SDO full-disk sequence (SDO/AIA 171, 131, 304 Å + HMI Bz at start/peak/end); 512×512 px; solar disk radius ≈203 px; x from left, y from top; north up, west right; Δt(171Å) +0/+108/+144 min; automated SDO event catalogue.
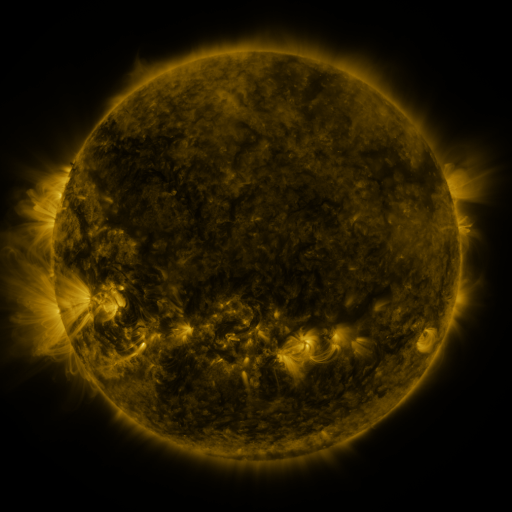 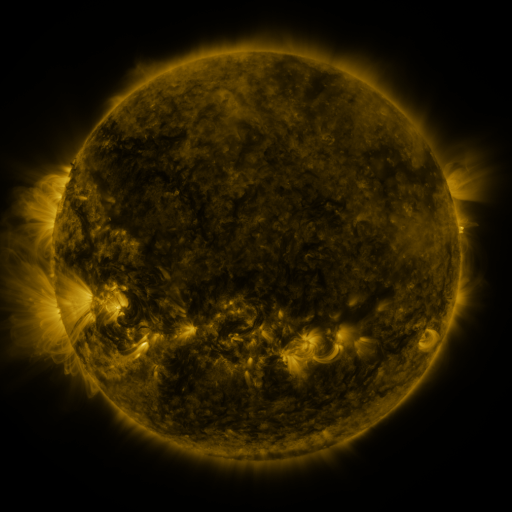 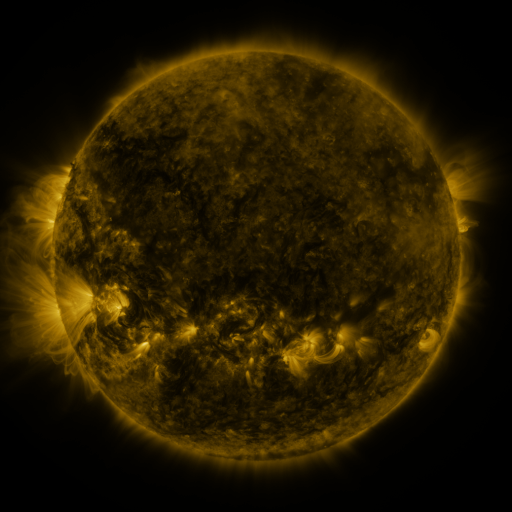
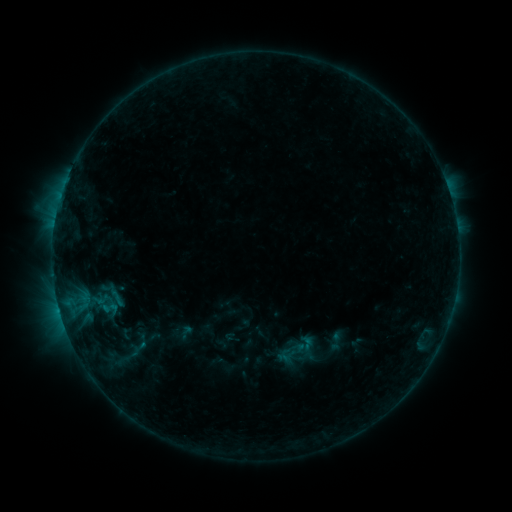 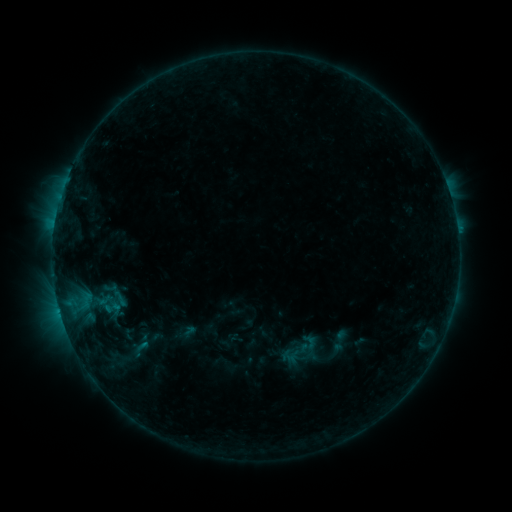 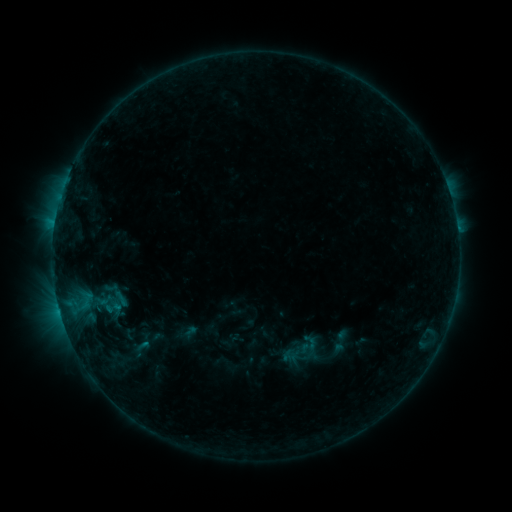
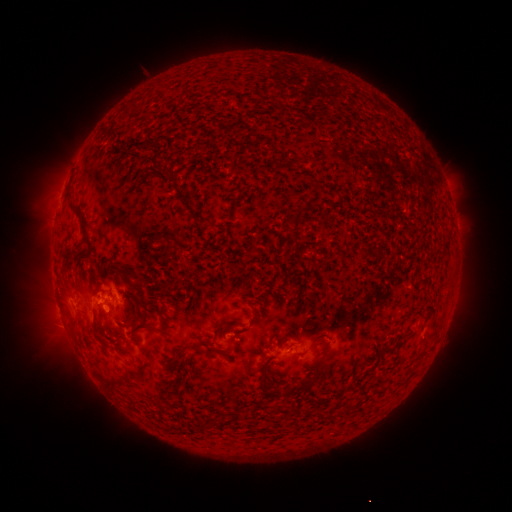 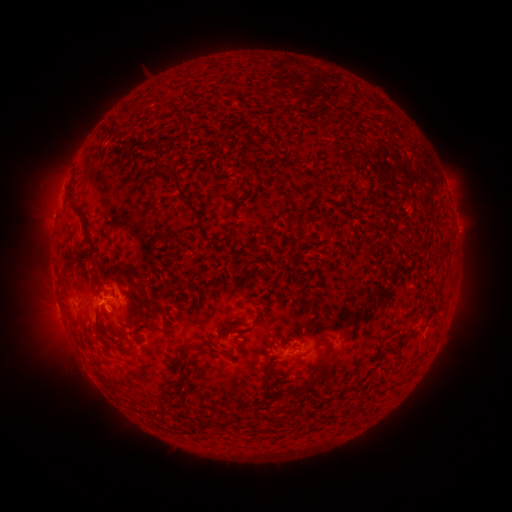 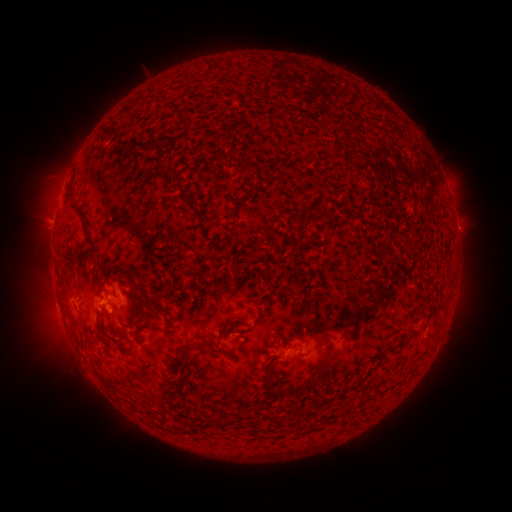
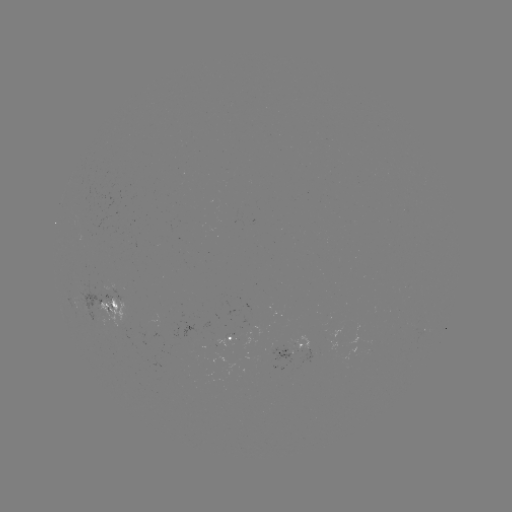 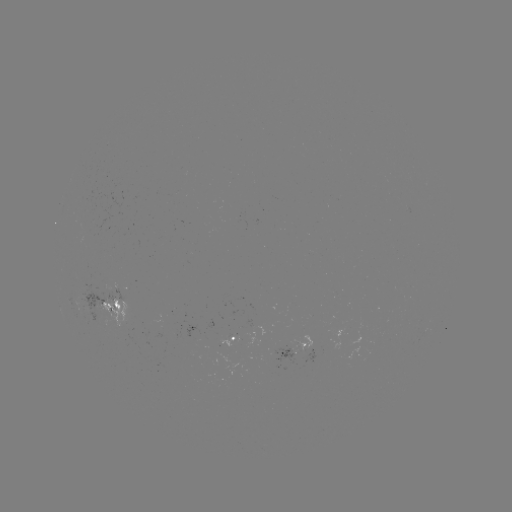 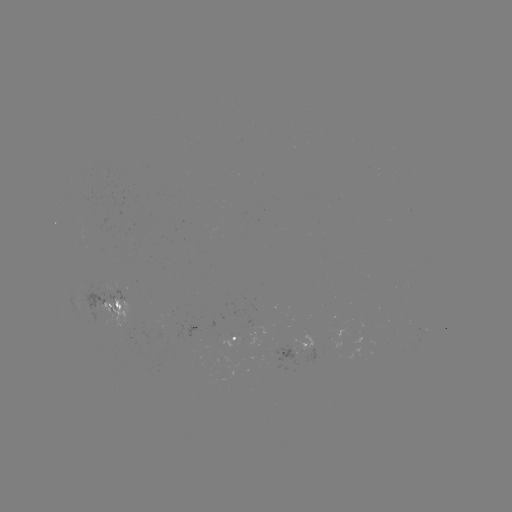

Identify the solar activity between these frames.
emerging-flux region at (104, 292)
